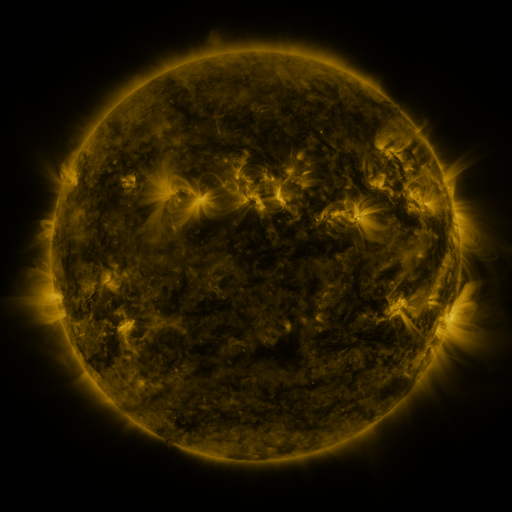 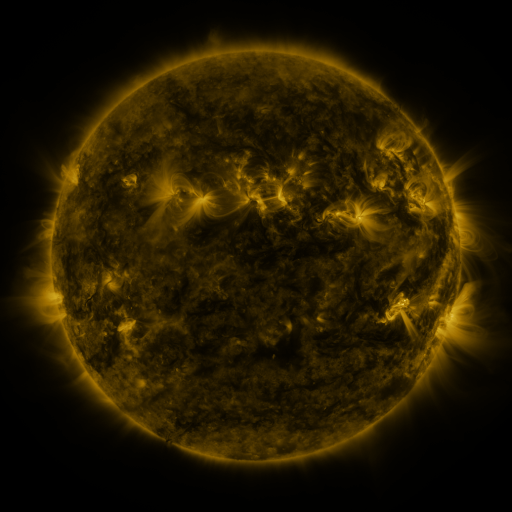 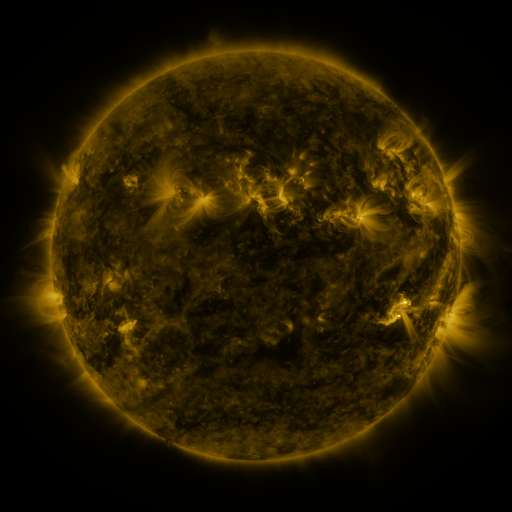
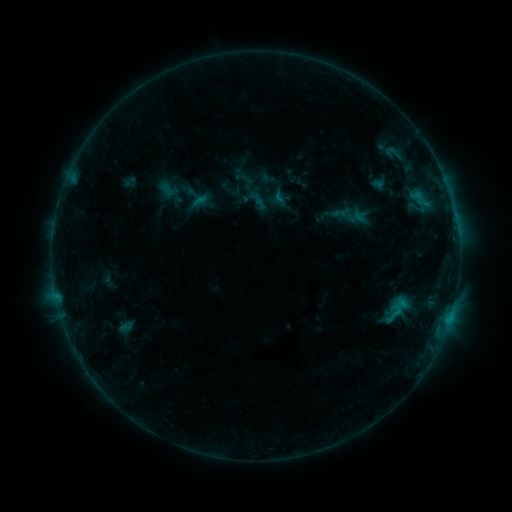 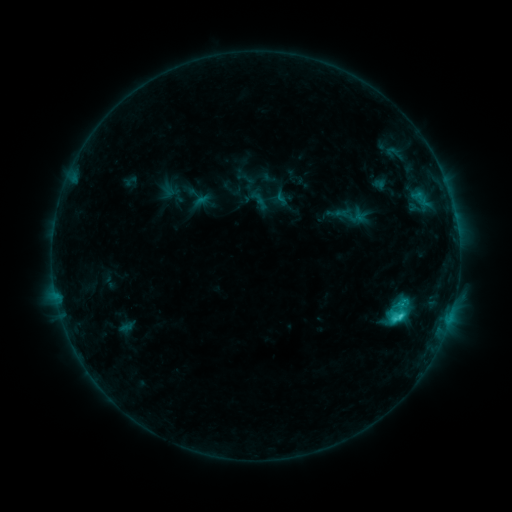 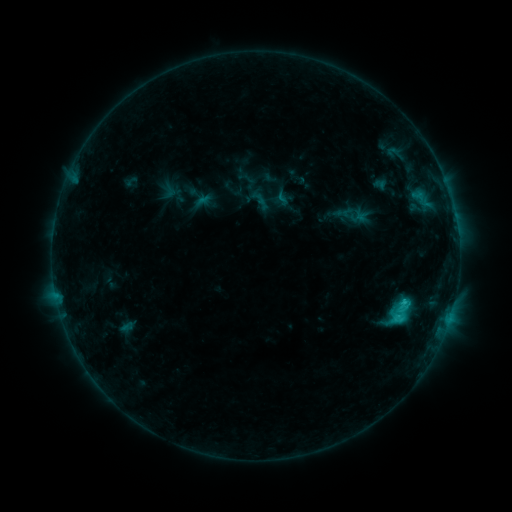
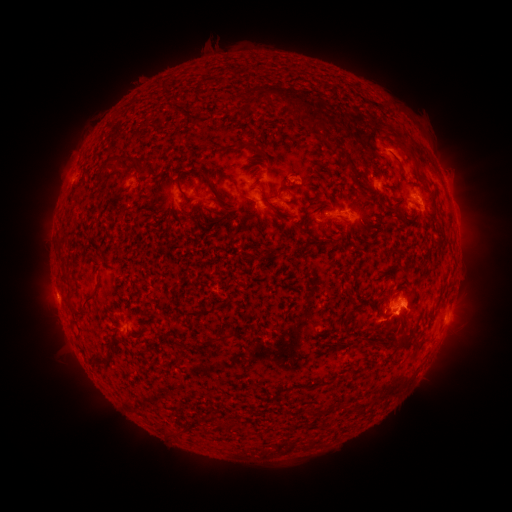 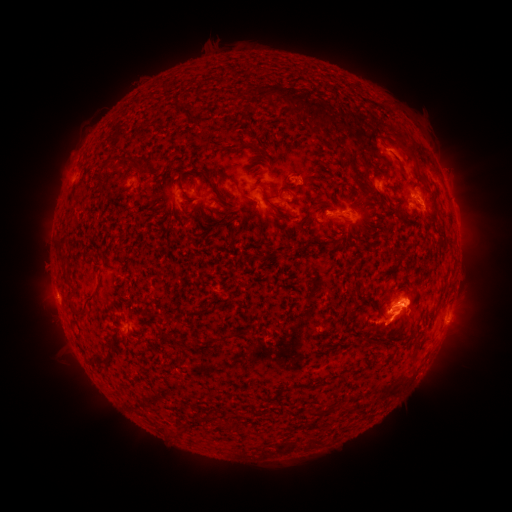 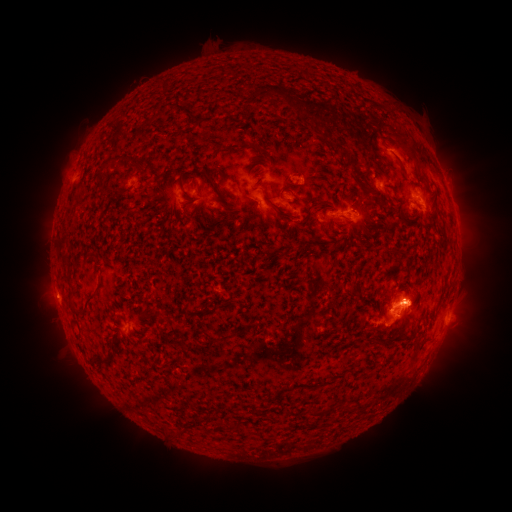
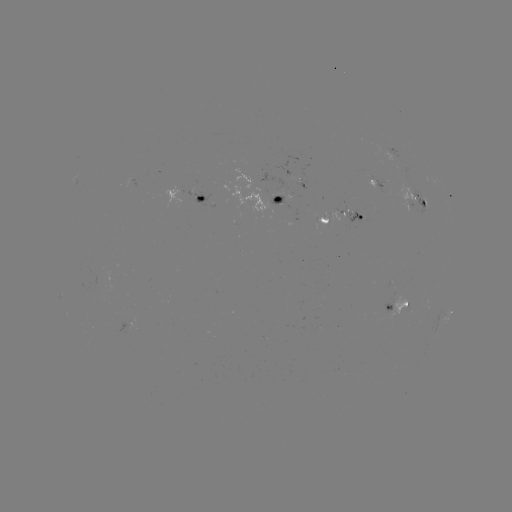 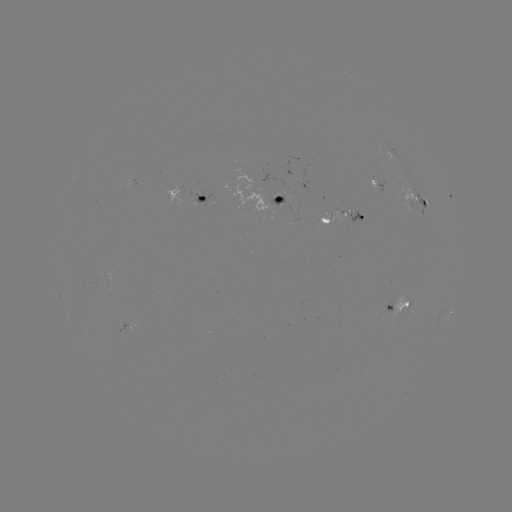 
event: flare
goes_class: C2.8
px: (398, 316)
